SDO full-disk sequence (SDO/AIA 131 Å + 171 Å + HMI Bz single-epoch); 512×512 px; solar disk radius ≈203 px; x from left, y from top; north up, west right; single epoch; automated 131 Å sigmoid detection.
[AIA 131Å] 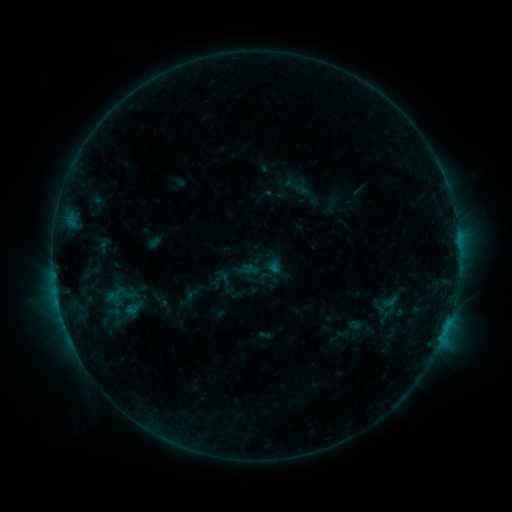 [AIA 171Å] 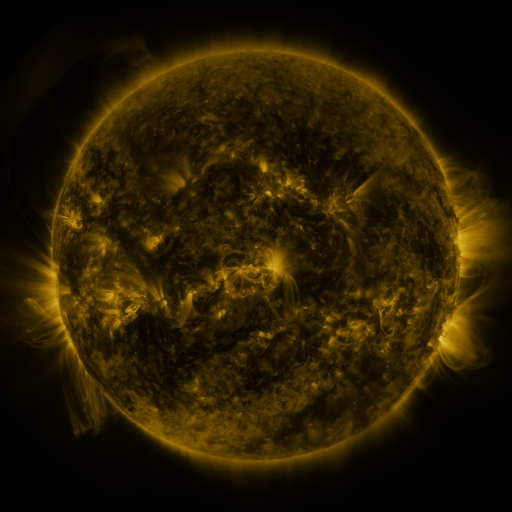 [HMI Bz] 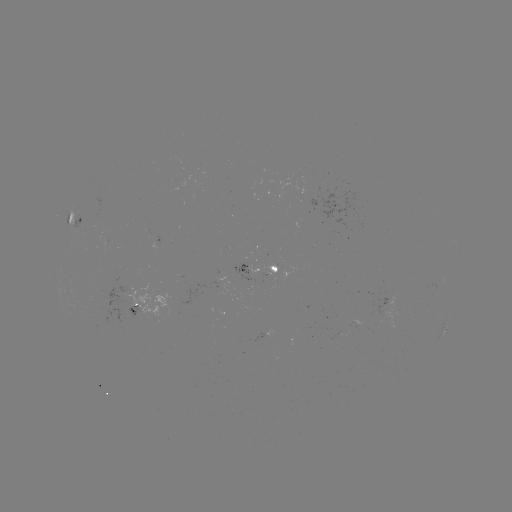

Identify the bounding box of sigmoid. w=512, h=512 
[374, 304, 392, 323].